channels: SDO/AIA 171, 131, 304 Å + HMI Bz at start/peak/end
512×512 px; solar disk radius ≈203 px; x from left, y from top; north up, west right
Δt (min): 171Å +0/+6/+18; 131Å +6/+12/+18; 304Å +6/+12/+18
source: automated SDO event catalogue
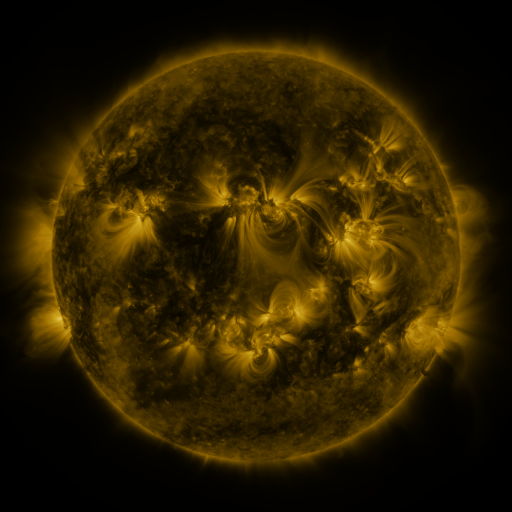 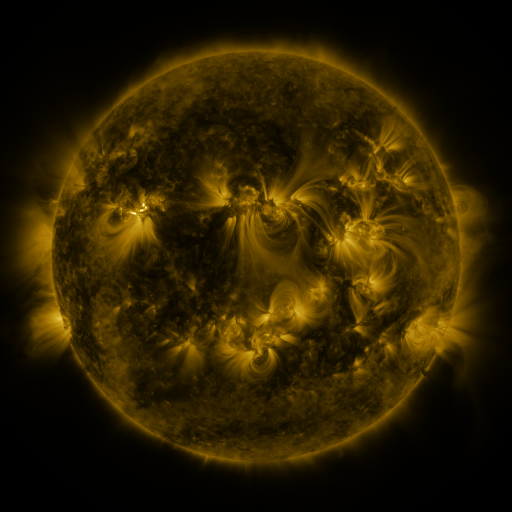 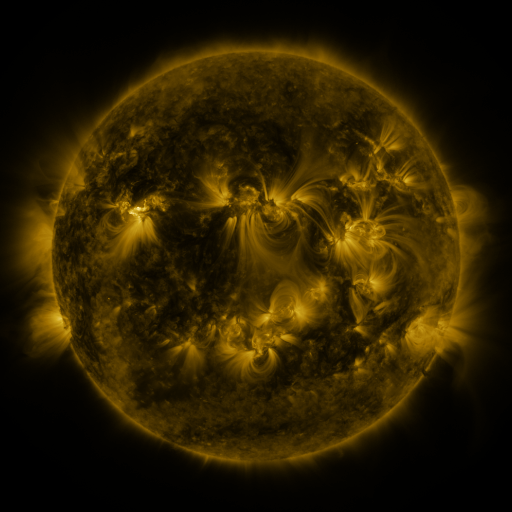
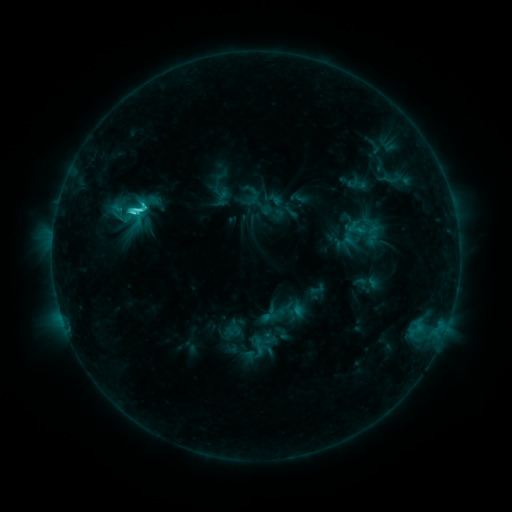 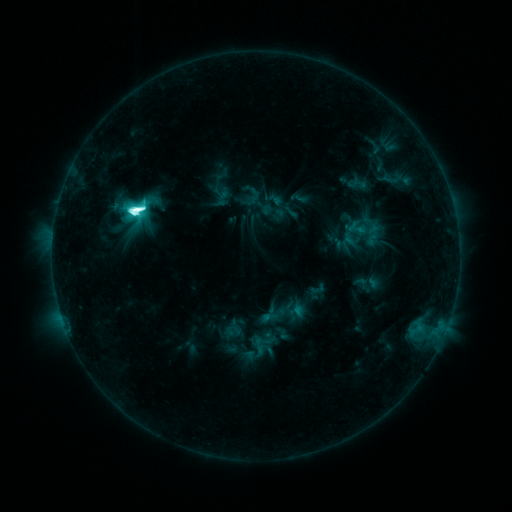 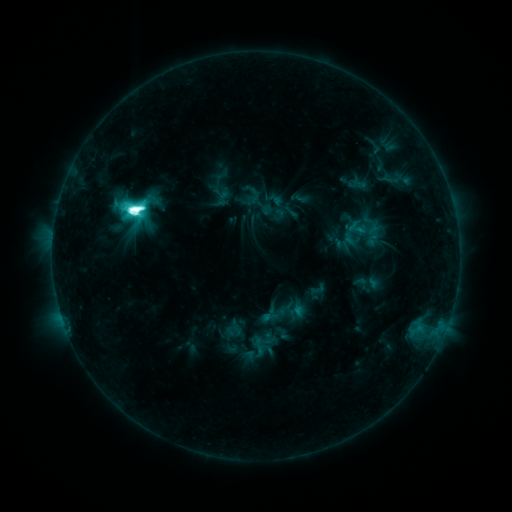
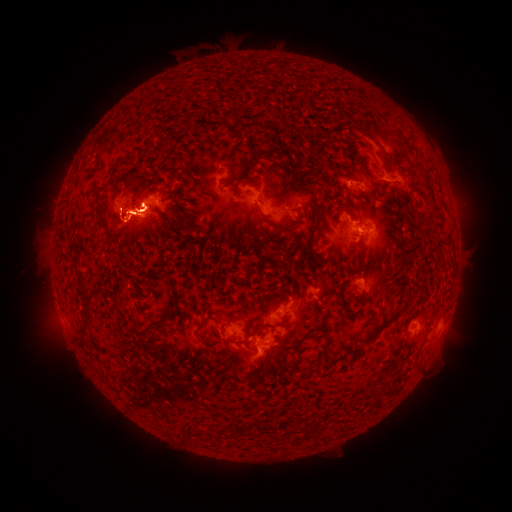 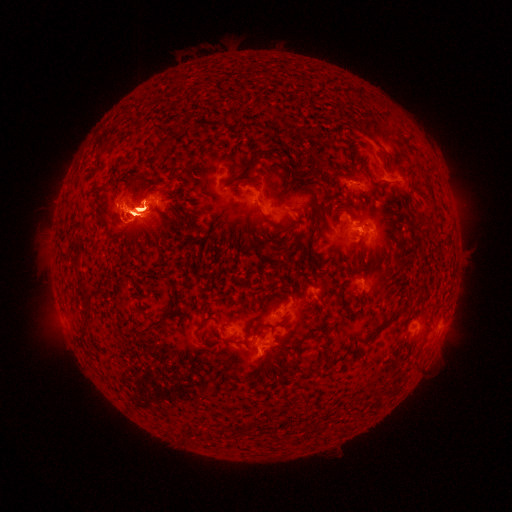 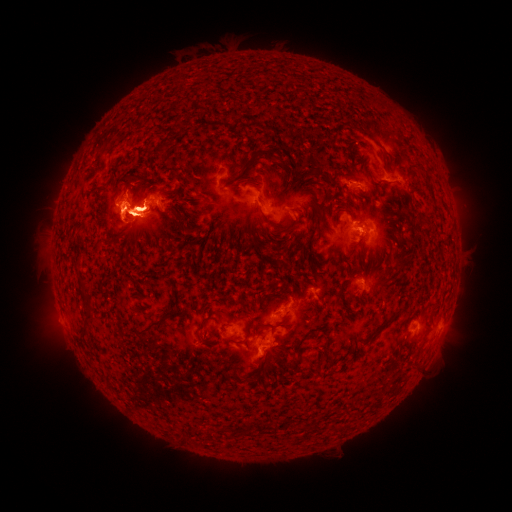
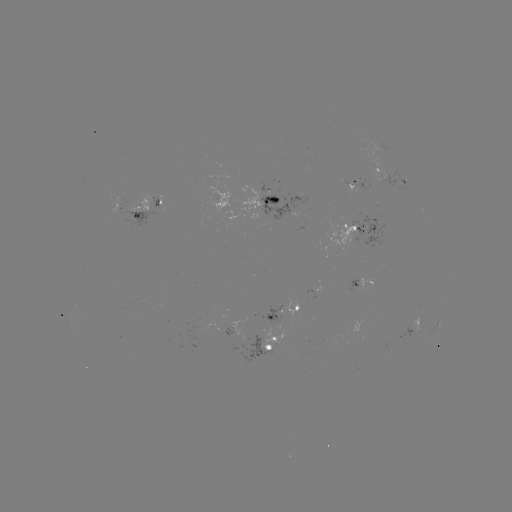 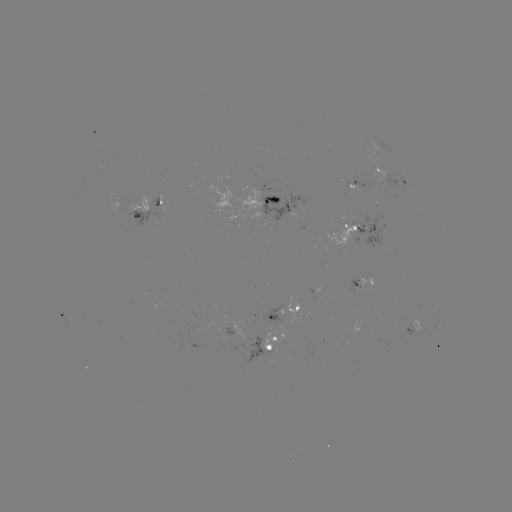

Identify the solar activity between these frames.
eruption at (443, 337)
